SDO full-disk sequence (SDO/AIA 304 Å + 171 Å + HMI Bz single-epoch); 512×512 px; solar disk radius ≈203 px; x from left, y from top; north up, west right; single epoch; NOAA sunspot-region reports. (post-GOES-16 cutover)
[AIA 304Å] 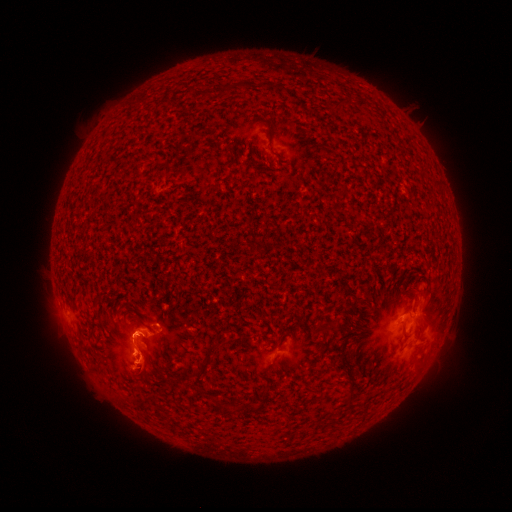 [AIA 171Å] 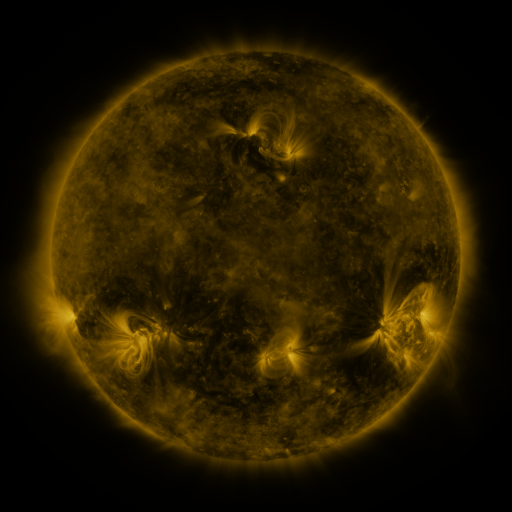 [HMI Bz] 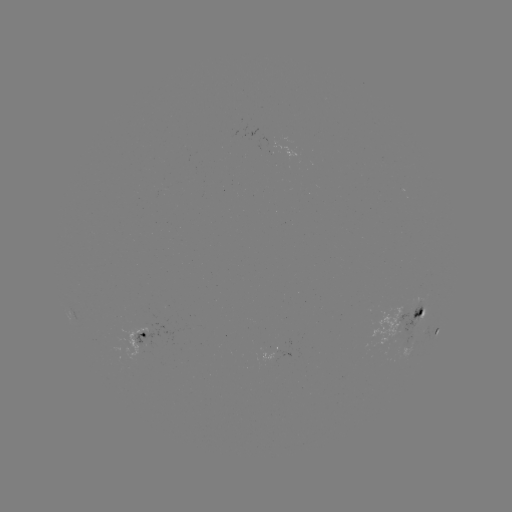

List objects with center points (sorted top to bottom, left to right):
spotted active region: (419, 316)
spotted active region: (144, 333)
spotted active region: (436, 335)
